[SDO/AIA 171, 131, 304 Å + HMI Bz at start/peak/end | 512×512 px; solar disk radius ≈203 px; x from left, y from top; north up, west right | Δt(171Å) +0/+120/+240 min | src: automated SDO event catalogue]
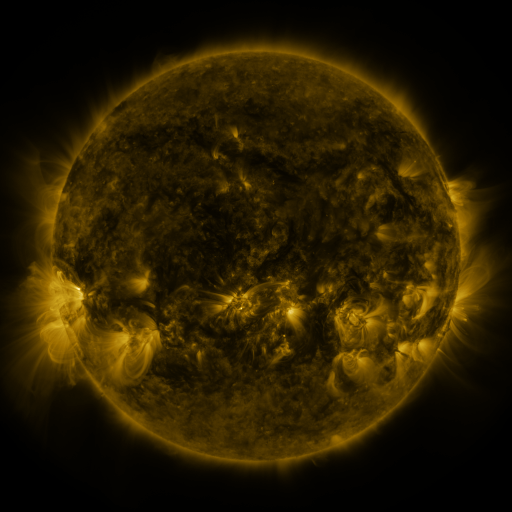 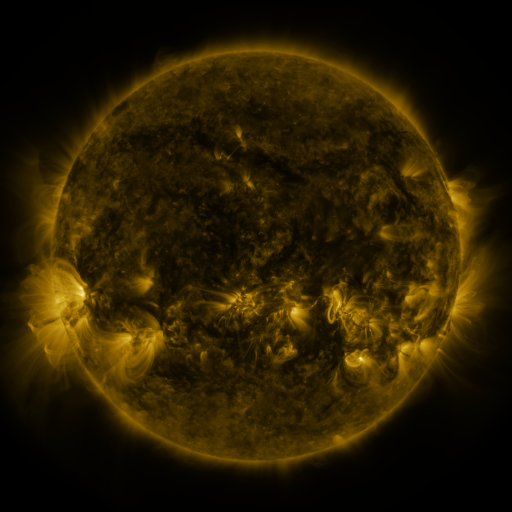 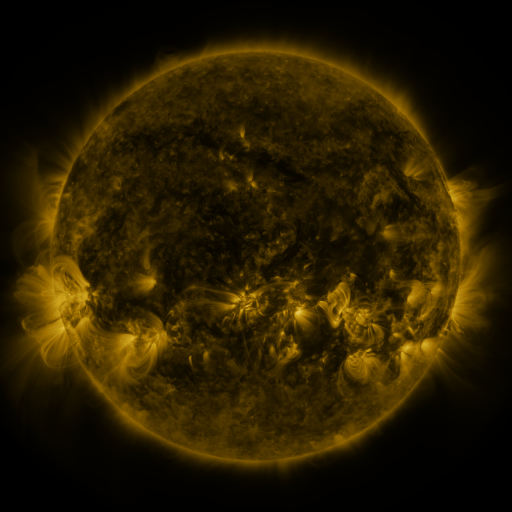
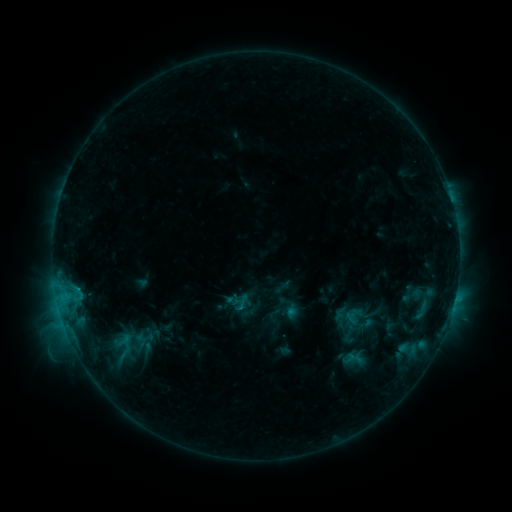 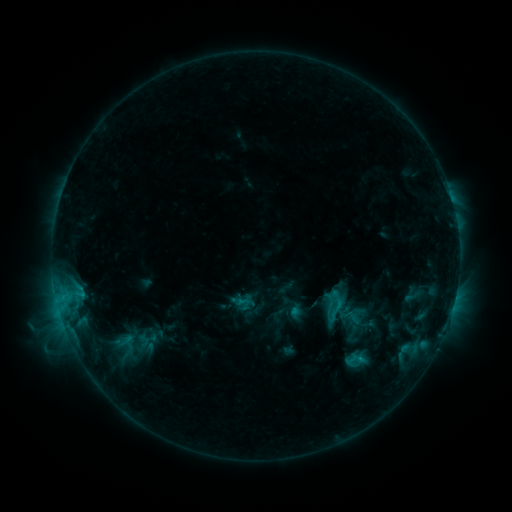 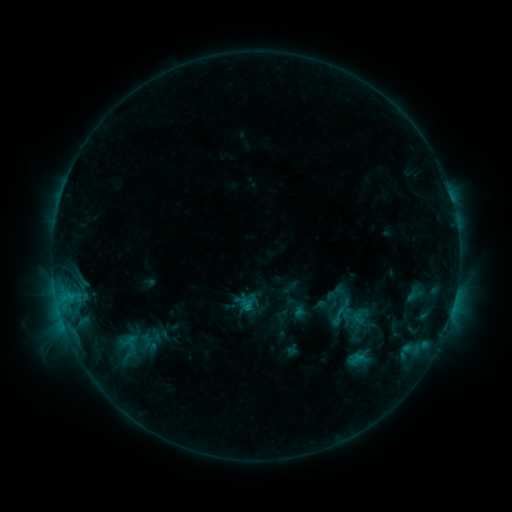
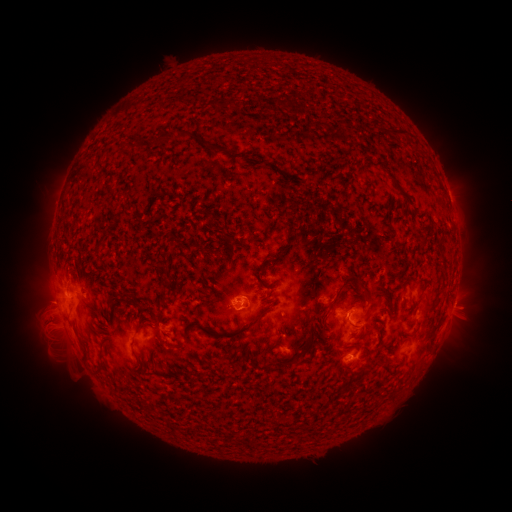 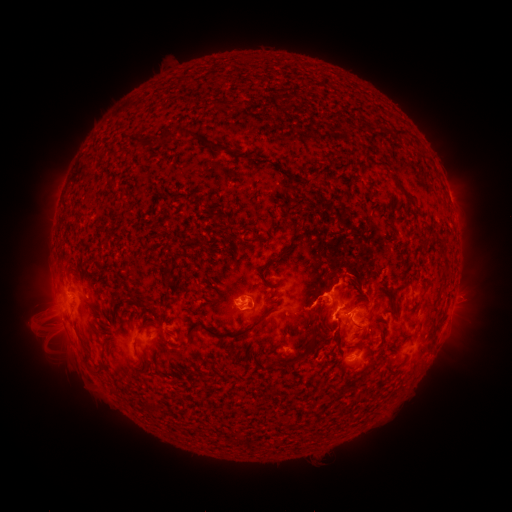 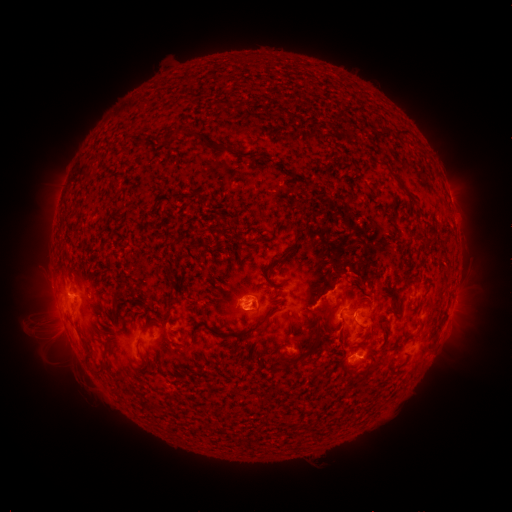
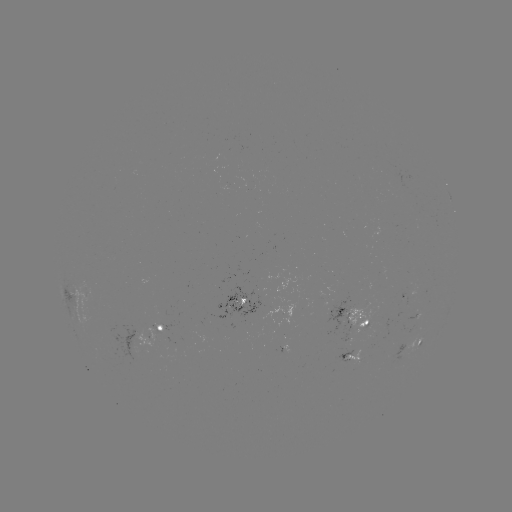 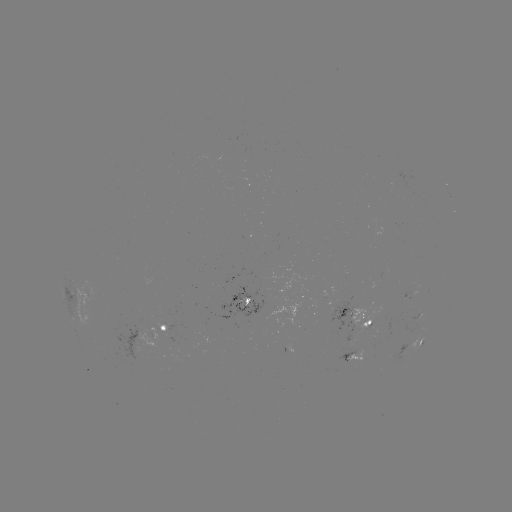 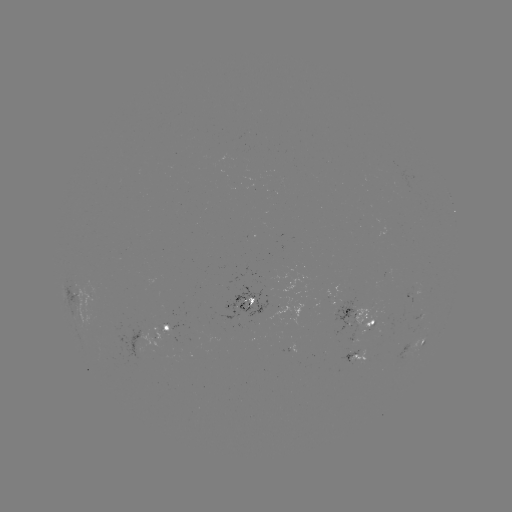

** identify filament eruption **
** (349, 302) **